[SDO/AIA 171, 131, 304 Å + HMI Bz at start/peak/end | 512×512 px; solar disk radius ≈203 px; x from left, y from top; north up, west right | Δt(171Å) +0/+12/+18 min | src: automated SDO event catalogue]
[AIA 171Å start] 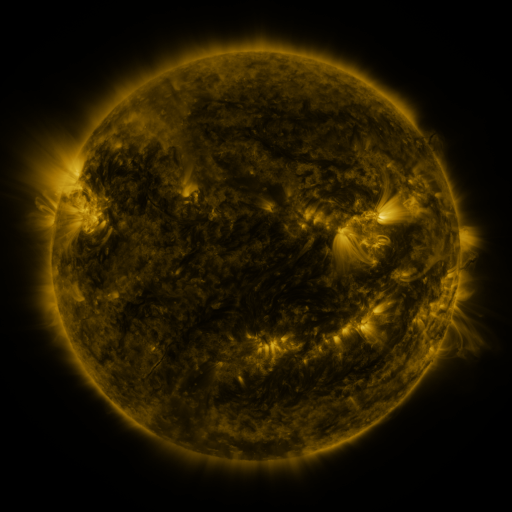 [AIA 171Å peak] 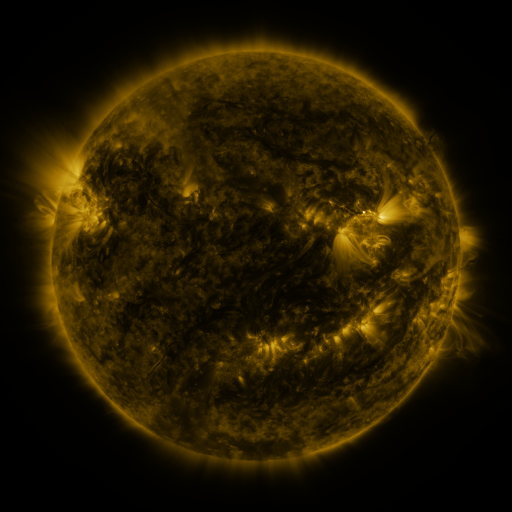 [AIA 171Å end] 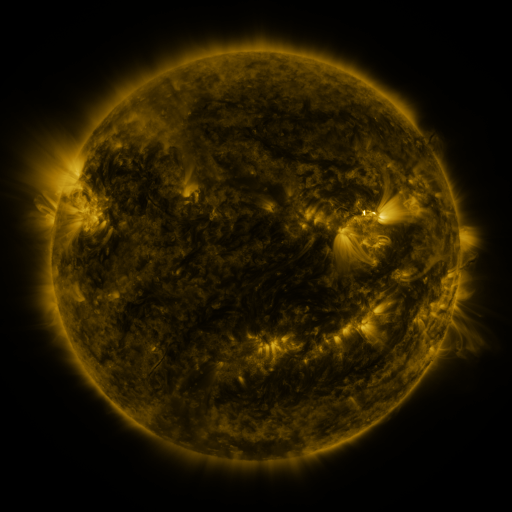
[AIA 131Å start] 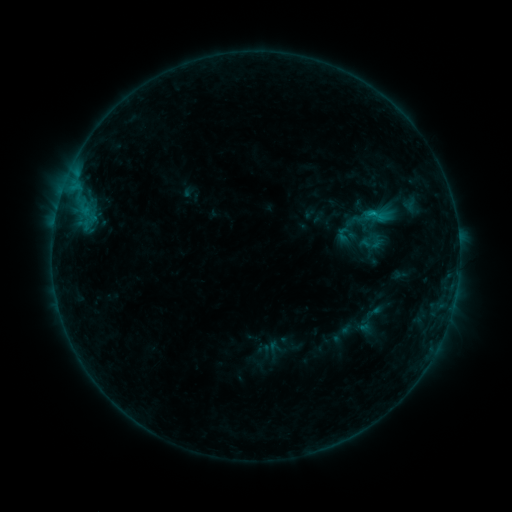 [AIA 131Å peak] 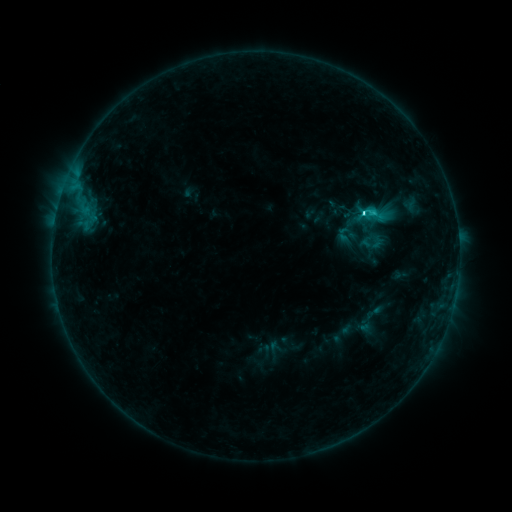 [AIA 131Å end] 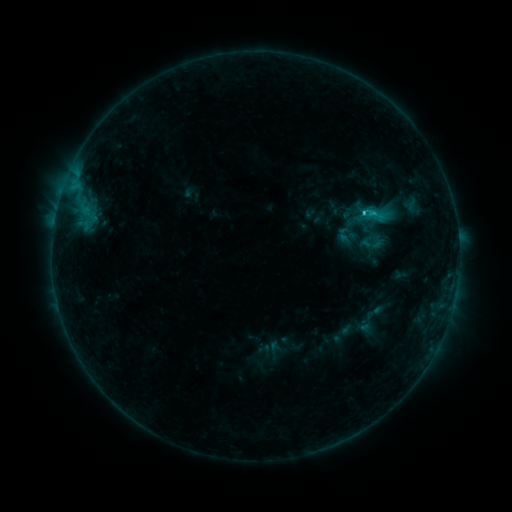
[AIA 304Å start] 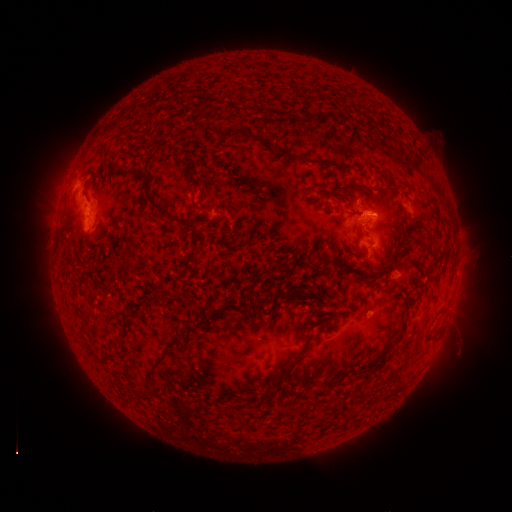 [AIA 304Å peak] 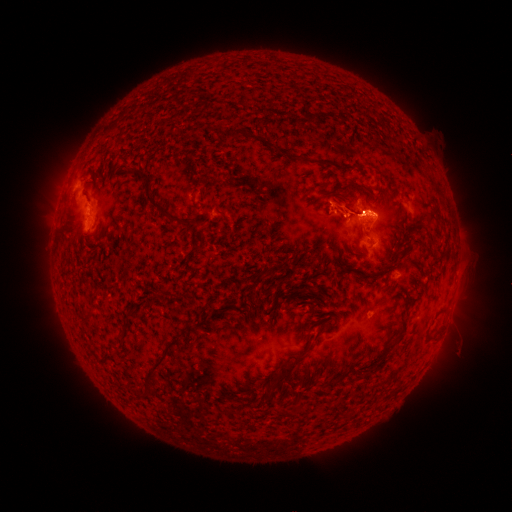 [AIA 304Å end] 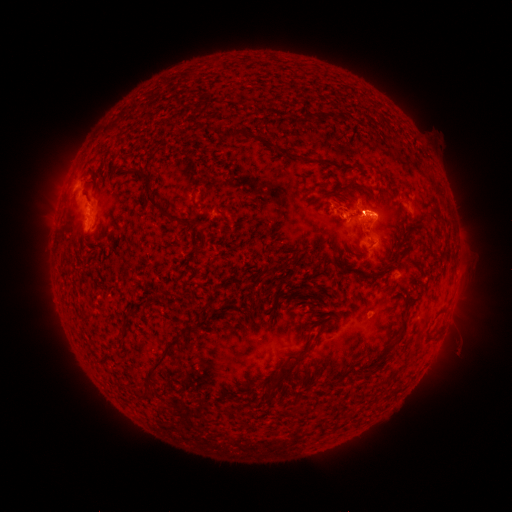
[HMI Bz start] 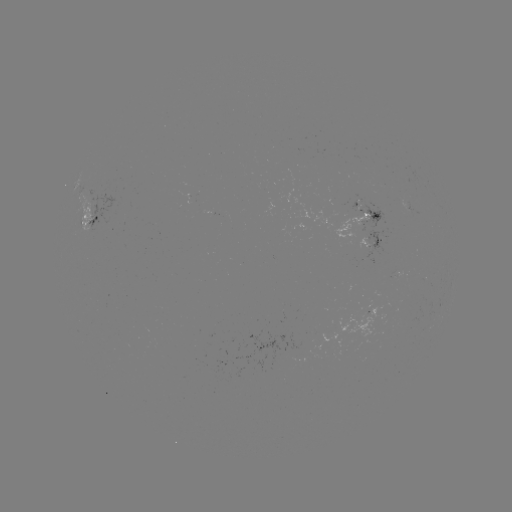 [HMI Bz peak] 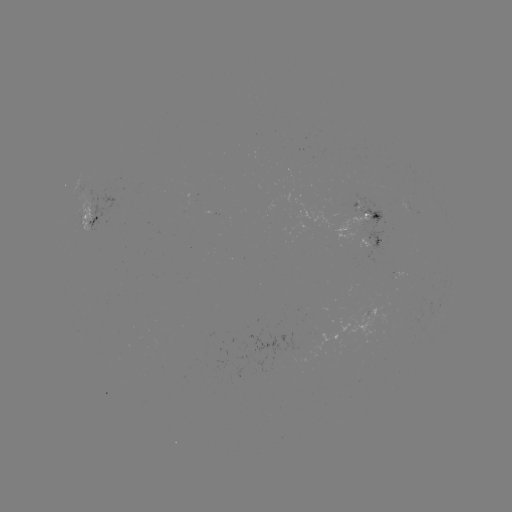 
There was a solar flare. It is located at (364, 216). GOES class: C2.0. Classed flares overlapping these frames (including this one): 1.